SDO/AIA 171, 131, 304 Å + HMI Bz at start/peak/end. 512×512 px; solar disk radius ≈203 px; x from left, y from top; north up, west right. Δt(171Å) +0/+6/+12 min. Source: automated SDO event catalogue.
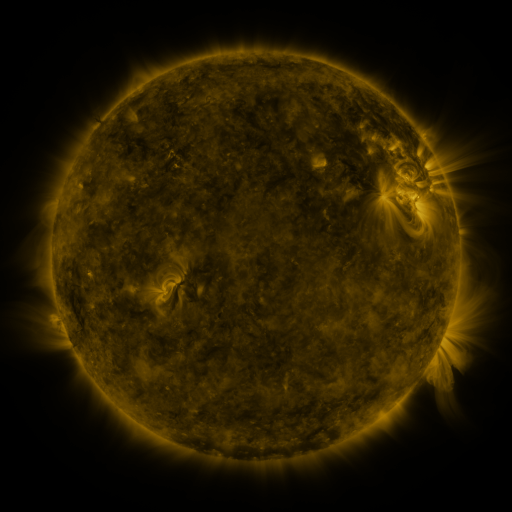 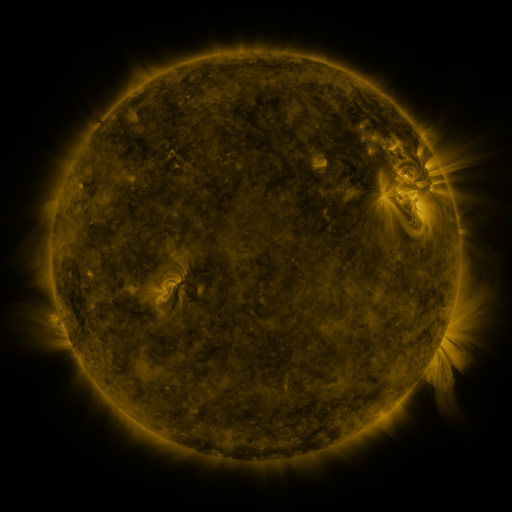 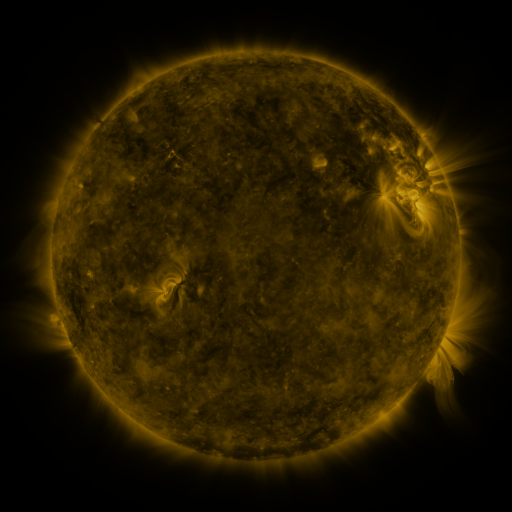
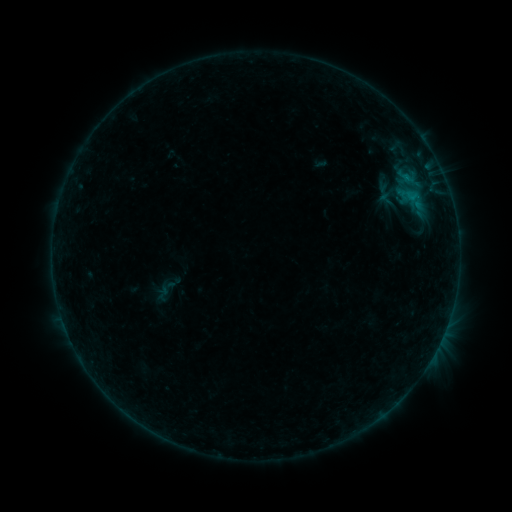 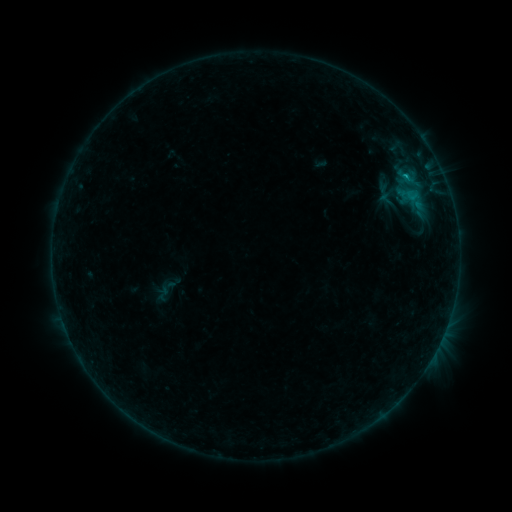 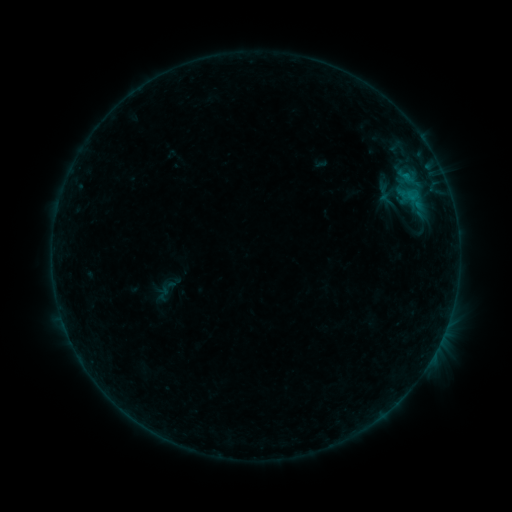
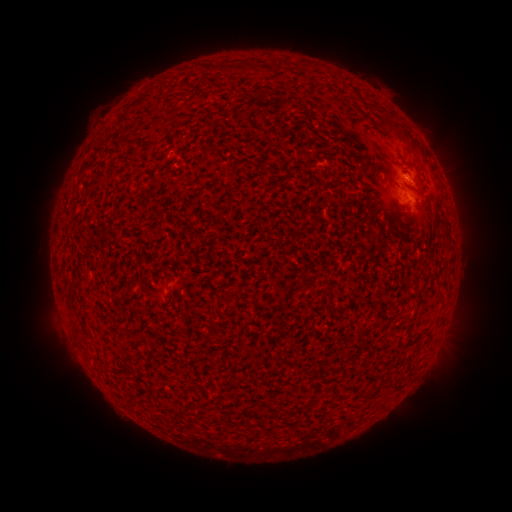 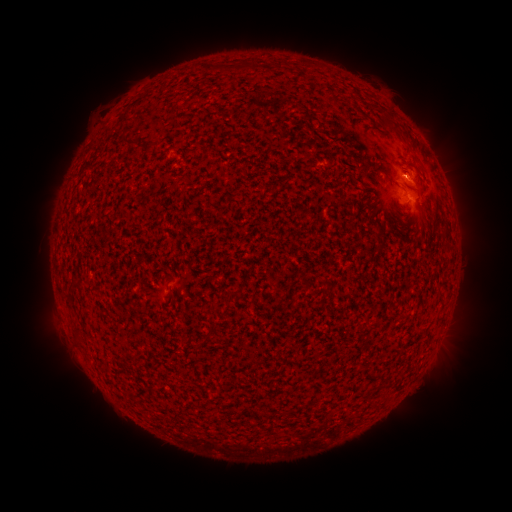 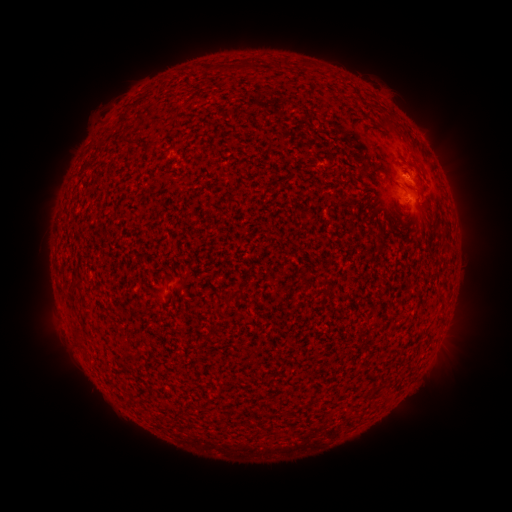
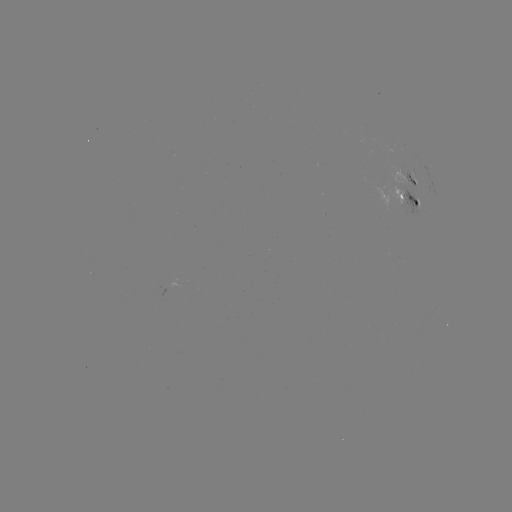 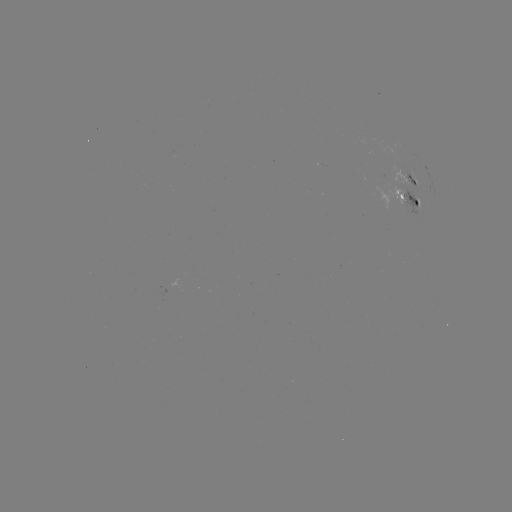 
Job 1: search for B3.5 flare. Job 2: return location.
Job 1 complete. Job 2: (404, 178).